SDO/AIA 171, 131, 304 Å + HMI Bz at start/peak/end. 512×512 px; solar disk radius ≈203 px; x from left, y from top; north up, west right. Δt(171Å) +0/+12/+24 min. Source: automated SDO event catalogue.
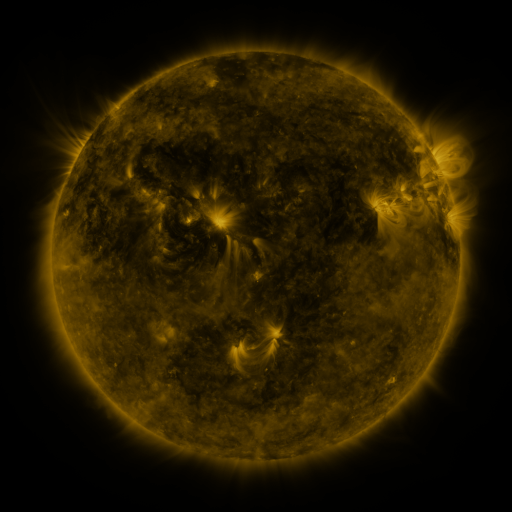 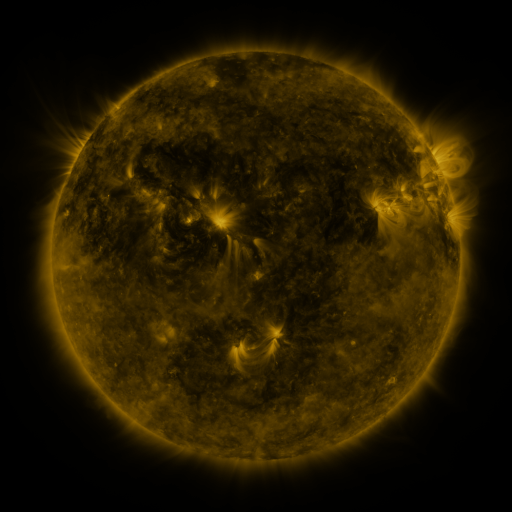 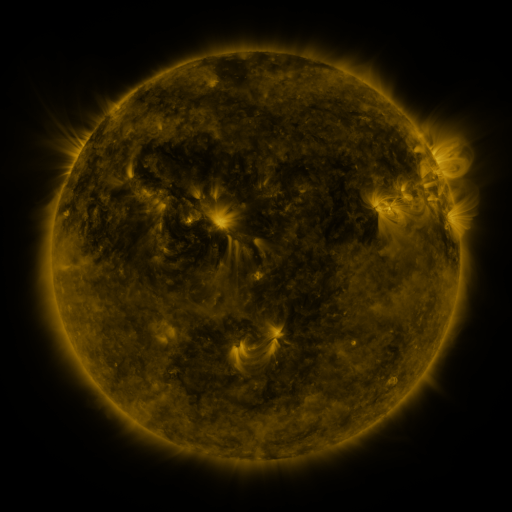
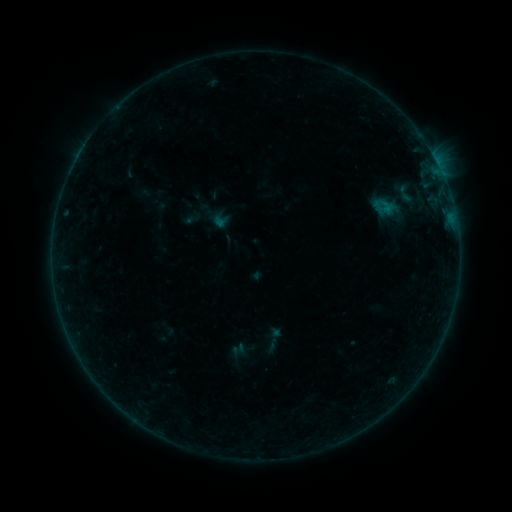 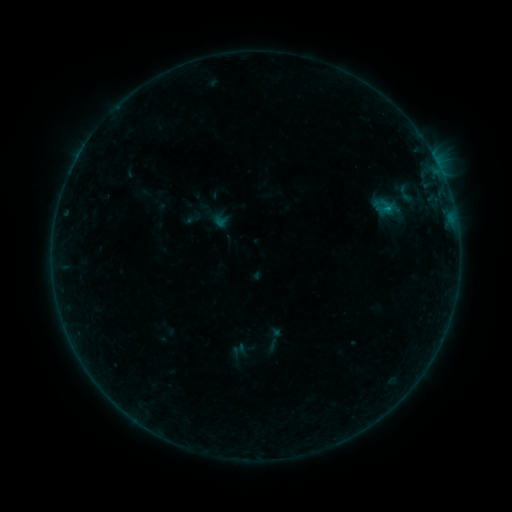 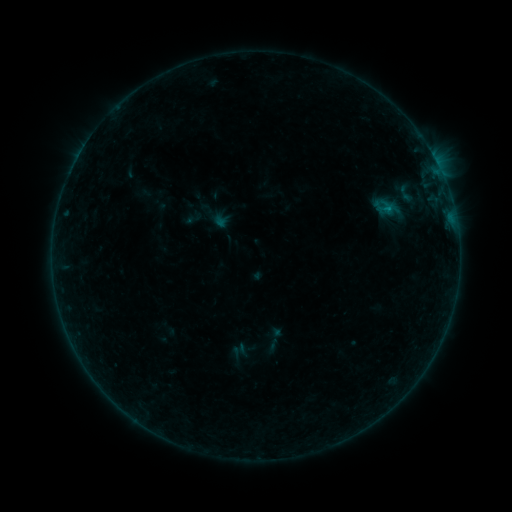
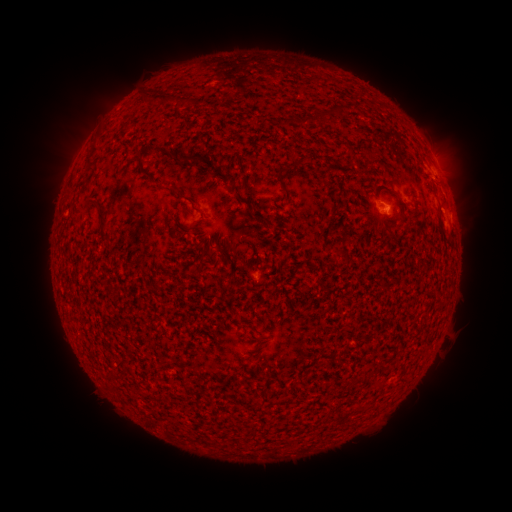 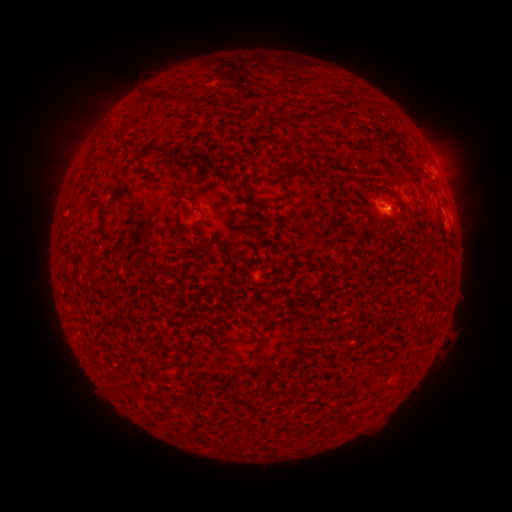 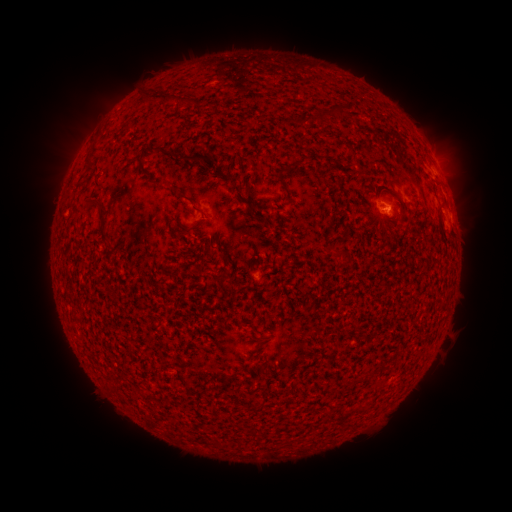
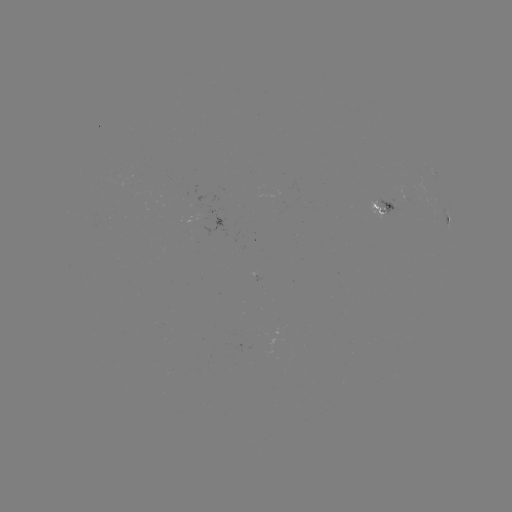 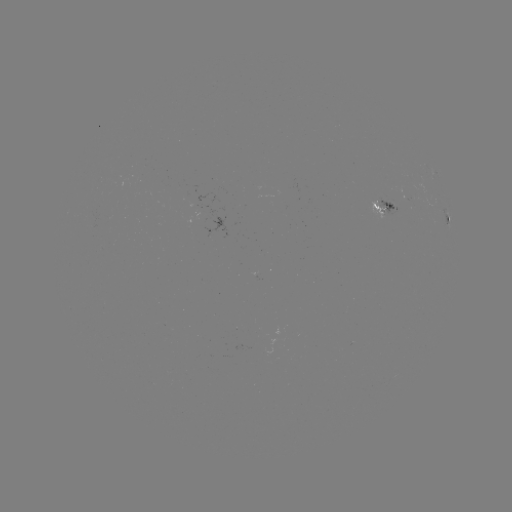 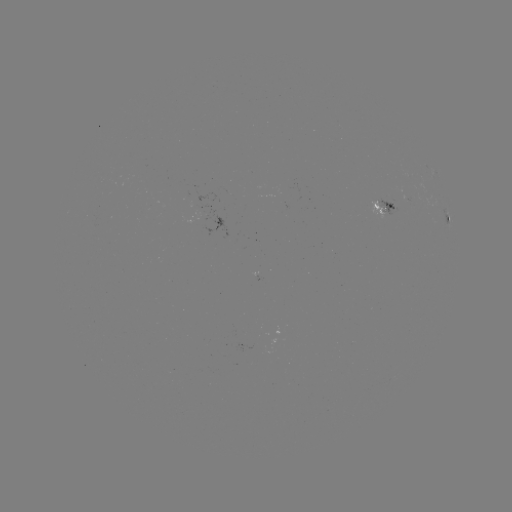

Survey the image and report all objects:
B2.5 flare: (388, 211)
